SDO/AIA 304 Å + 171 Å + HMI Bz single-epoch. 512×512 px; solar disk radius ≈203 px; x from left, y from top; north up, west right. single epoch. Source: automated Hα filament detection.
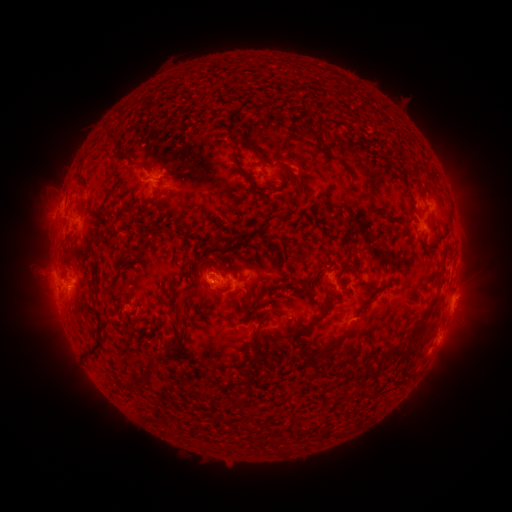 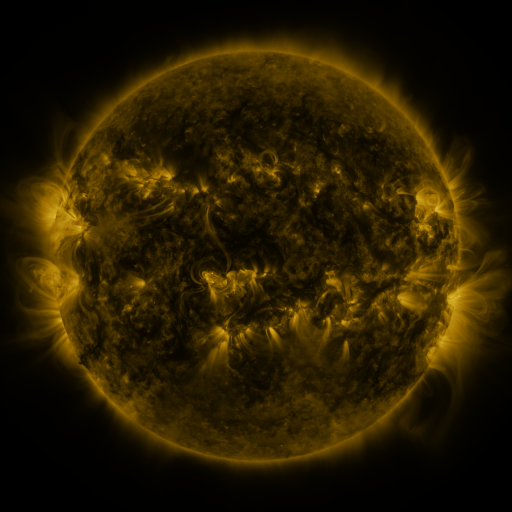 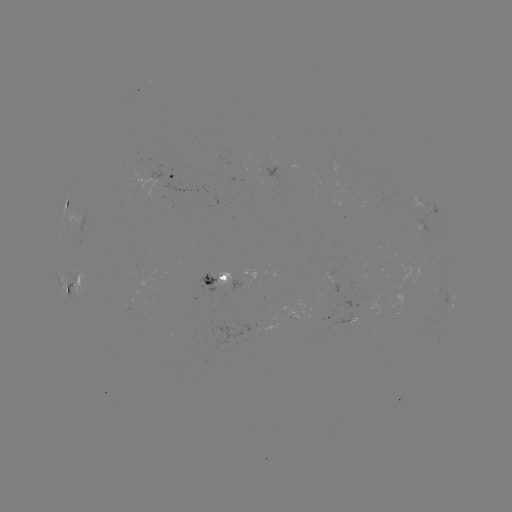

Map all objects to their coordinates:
filament: (298, 127, 315, 136)
filament: (230, 151, 255, 192)
filament: (283, 165, 301, 195)
filament: (63, 204, 70, 215)
filament: (426, 213, 451, 245)
filament: (164, 231, 177, 238)
filament: (279, 238, 292, 266)
filament: (349, 244, 356, 255)
filament: (440, 247, 448, 260)
filament: (198, 256, 211, 265)
filament: (298, 283, 318, 295)
filament: (298, 287, 334, 332)
filament: (428, 293, 439, 305)
filament: (244, 296, 258, 319)
filament: (175, 304, 190, 320)
filament: (246, 308, 270, 370)
filament: (320, 326, 351, 356)
filament: (402, 329, 413, 337)
filament: (179, 333, 186, 343)
filament: (84, 343, 103, 361)
filament: (135, 357, 167, 387)
filament: (227, 372, 237, 385)
filament: (236, 396, 248, 408)
filament: (226, 419, 239, 429)
filament: (271, 423, 342, 452)
filament: (198, 440, 211, 448)
